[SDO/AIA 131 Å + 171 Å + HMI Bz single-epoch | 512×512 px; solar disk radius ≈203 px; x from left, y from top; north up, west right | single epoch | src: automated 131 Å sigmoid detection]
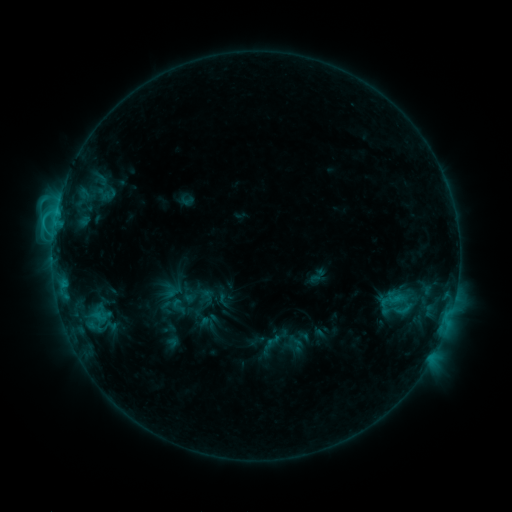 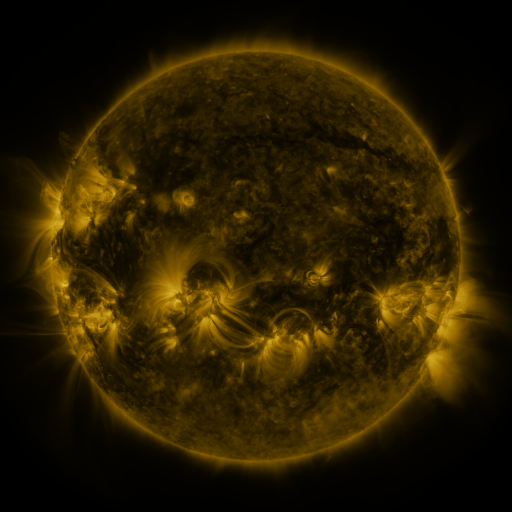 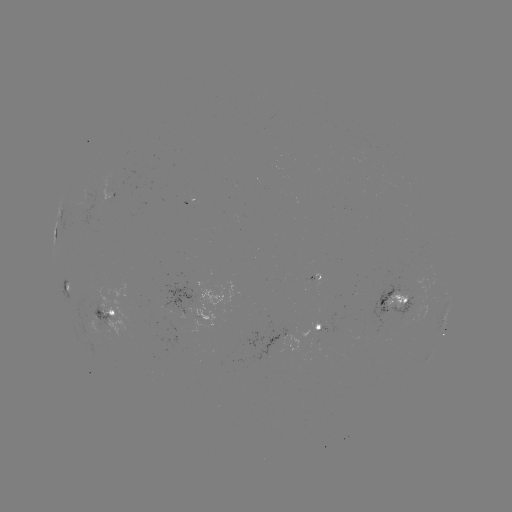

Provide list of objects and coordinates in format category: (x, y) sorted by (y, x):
sigmoid: (178, 306)
sigmoid: (274, 341)
